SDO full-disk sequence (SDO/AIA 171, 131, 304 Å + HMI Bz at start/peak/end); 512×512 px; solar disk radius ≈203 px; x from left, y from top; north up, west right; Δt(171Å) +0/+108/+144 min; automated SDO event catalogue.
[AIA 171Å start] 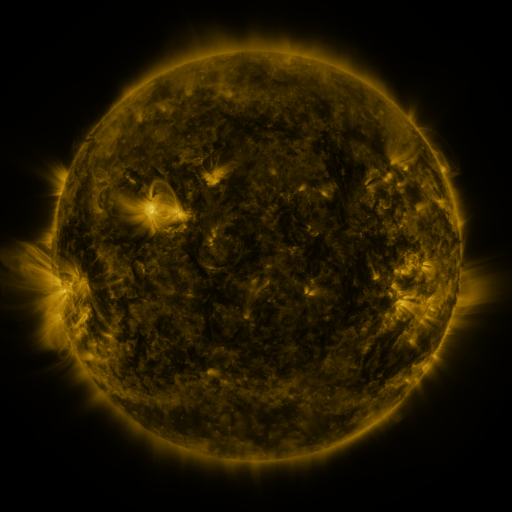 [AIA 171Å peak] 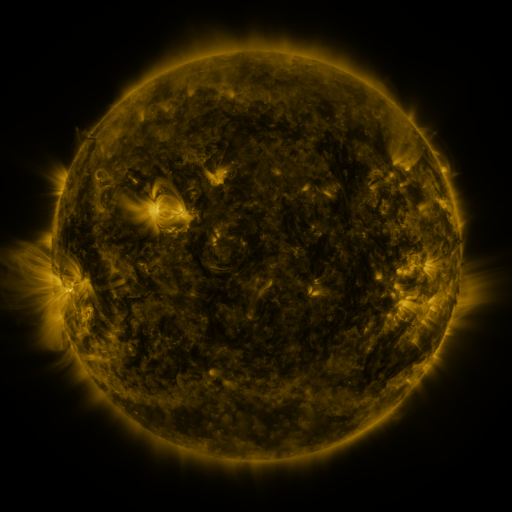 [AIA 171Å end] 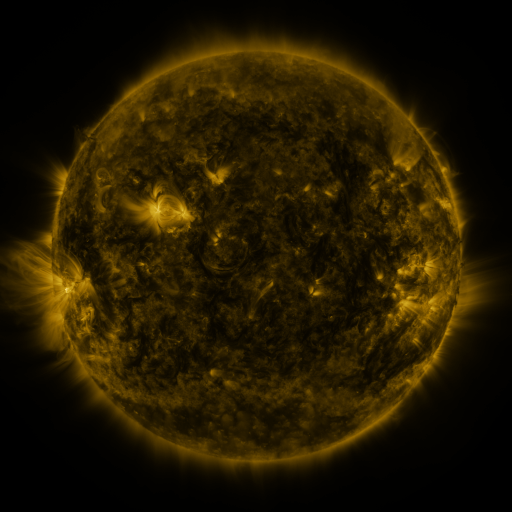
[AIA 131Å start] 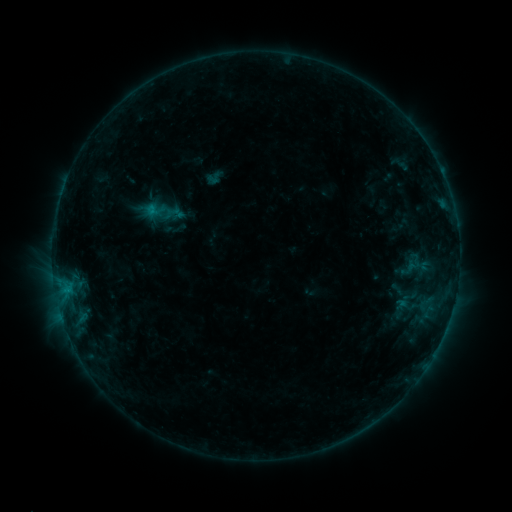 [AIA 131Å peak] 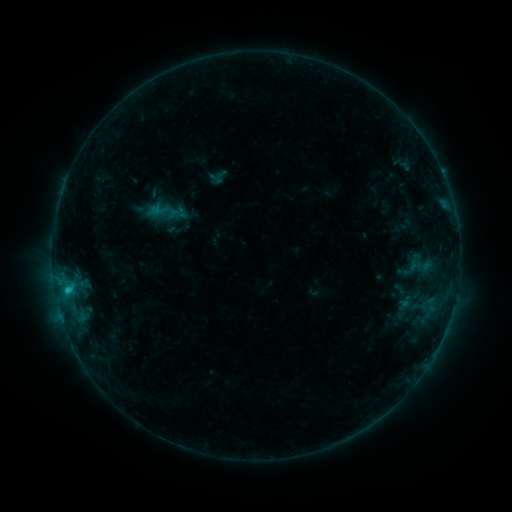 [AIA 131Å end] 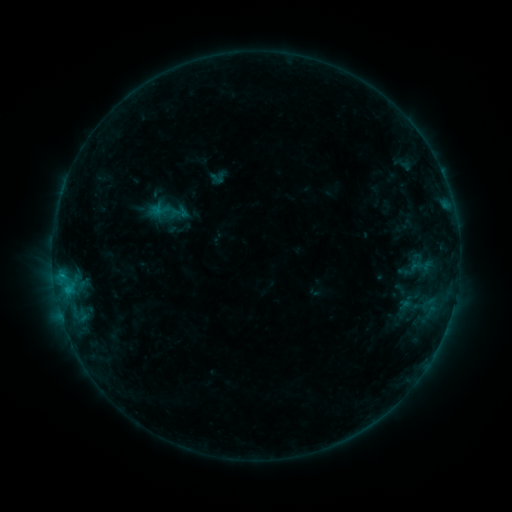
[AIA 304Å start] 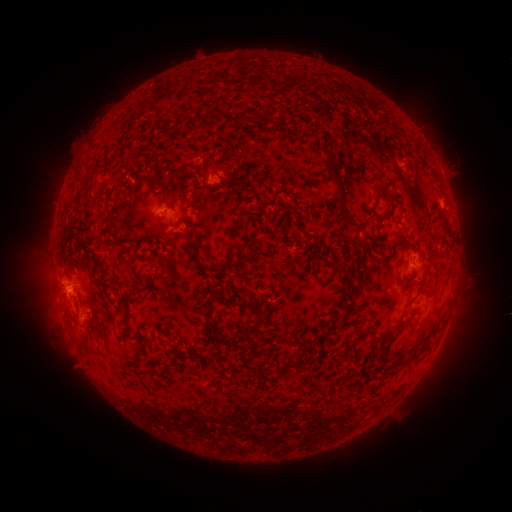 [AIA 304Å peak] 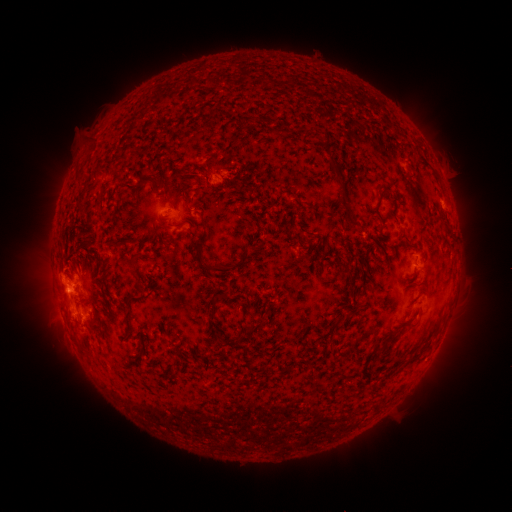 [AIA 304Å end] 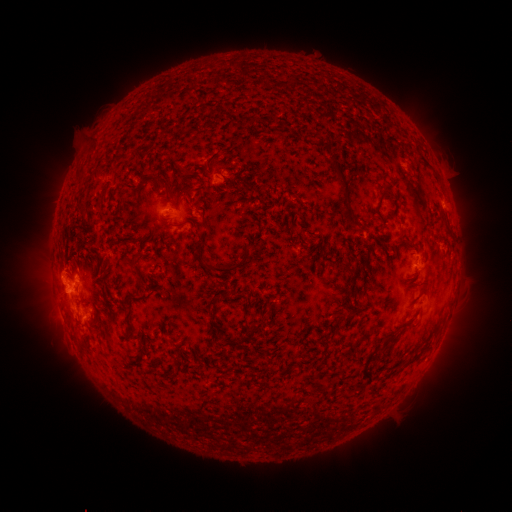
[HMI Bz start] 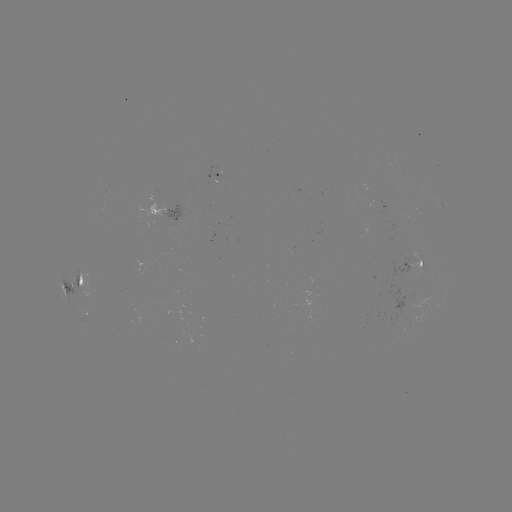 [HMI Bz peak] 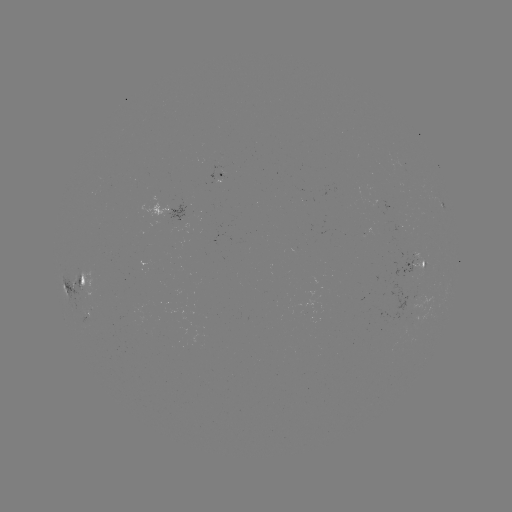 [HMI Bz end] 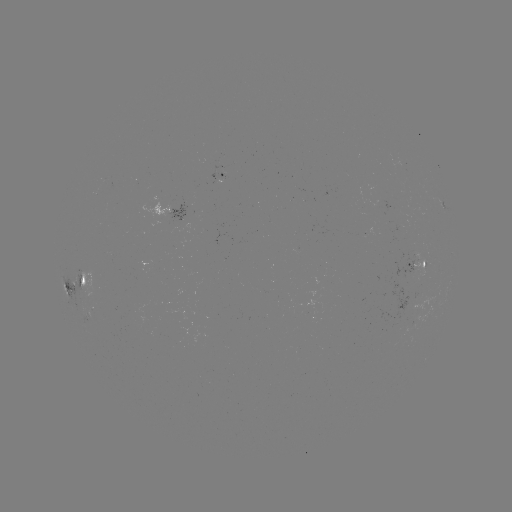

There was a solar emerging-flux region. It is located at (414, 265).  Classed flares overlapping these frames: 3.